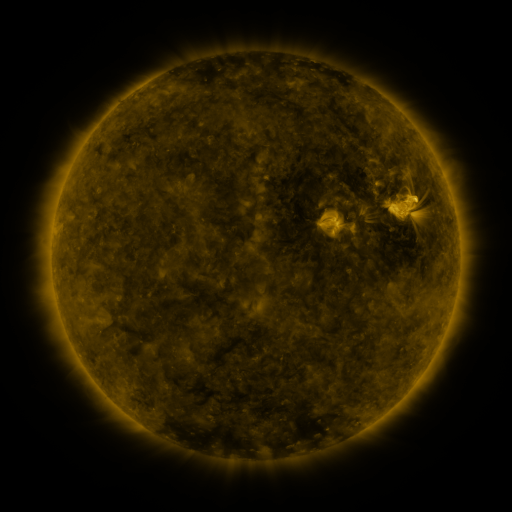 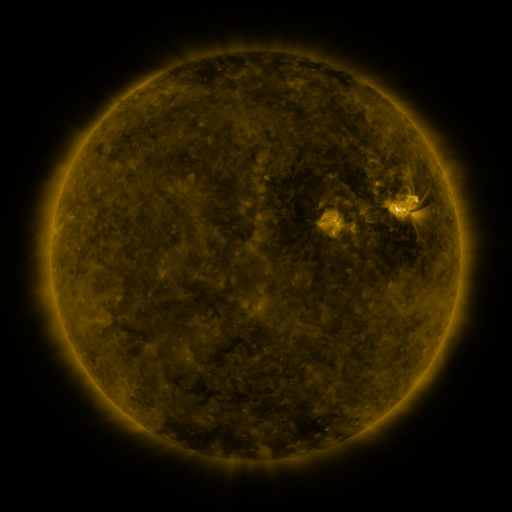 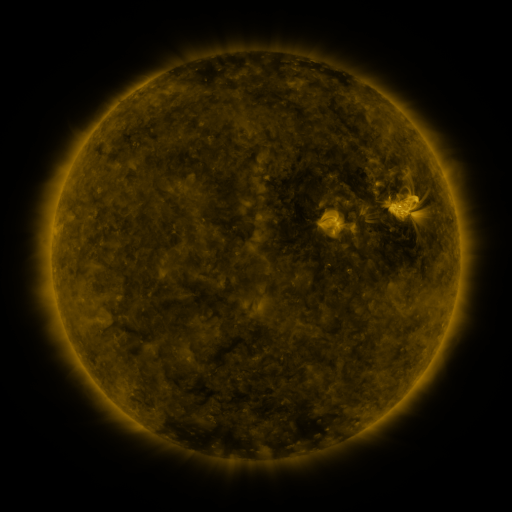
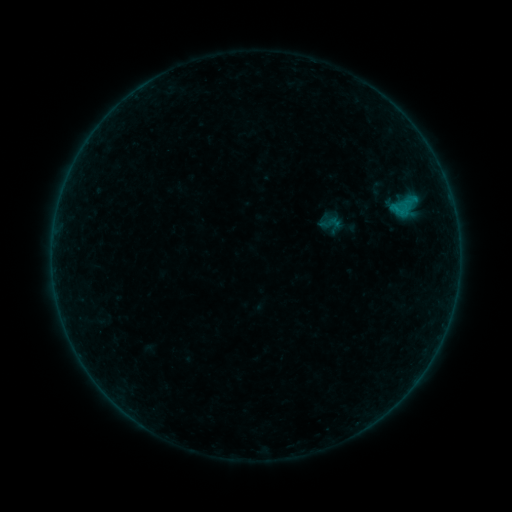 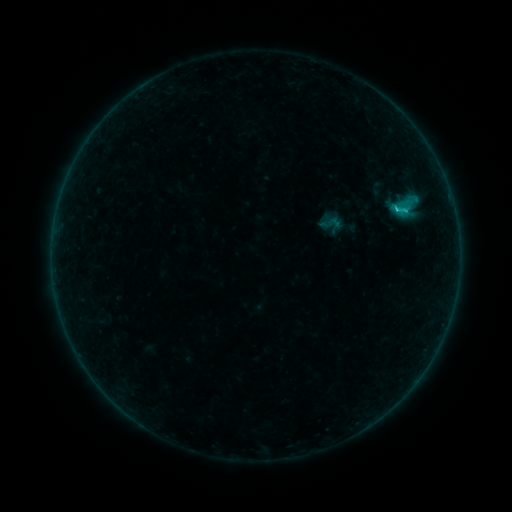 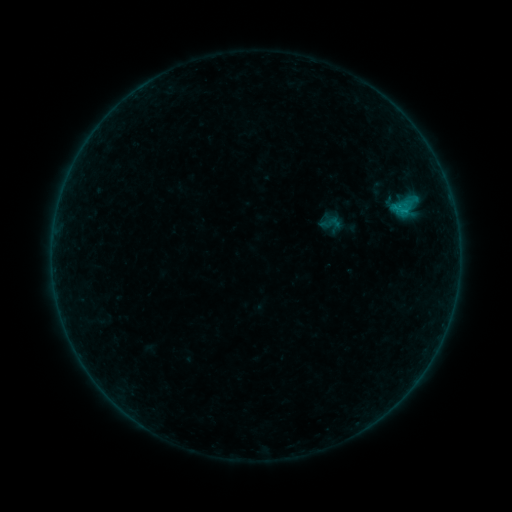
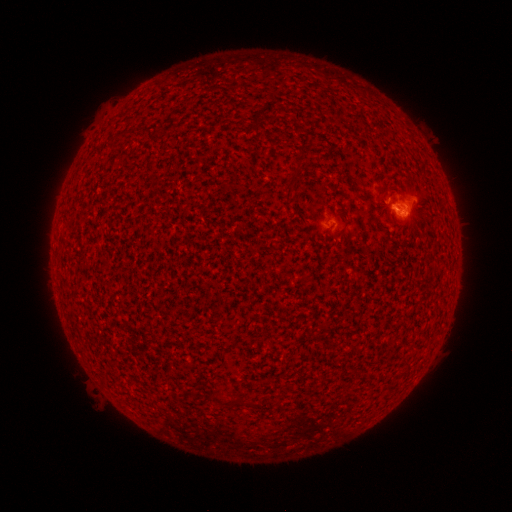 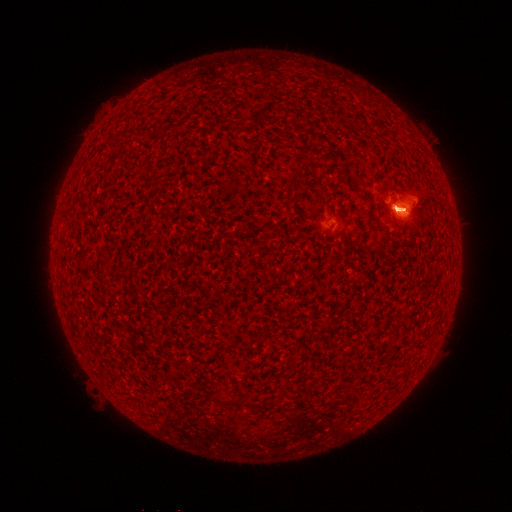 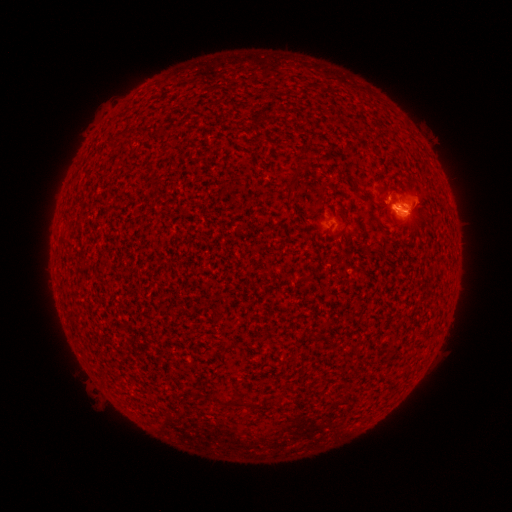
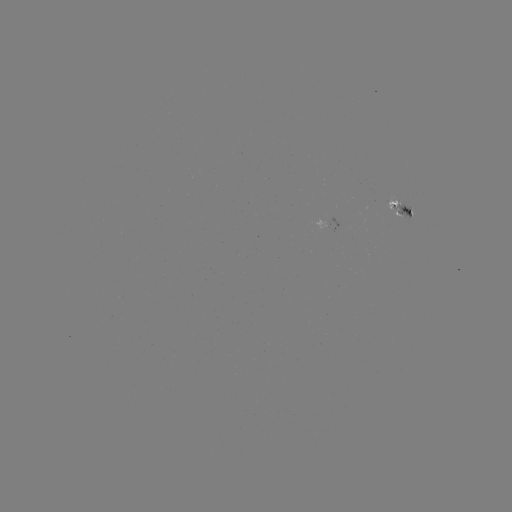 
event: flare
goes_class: B8.8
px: (396, 210)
